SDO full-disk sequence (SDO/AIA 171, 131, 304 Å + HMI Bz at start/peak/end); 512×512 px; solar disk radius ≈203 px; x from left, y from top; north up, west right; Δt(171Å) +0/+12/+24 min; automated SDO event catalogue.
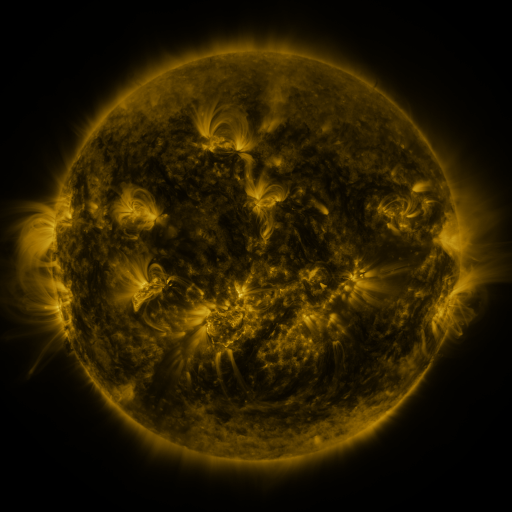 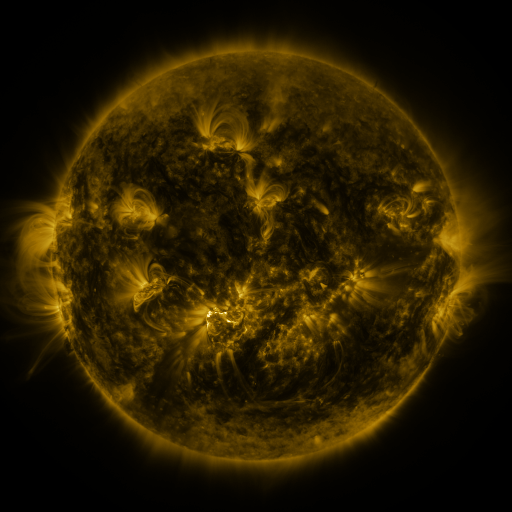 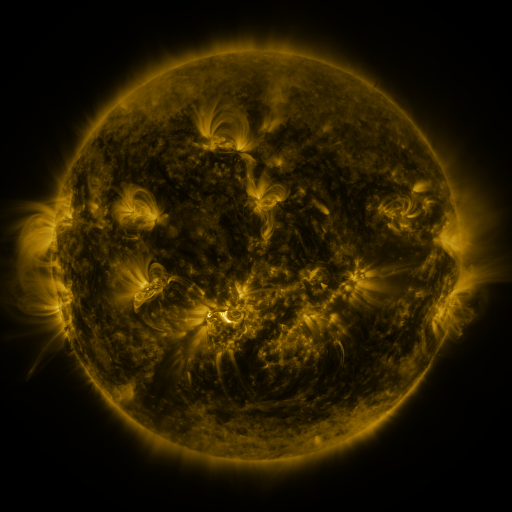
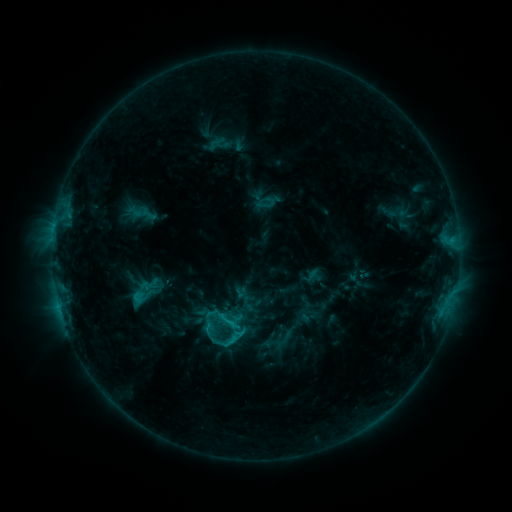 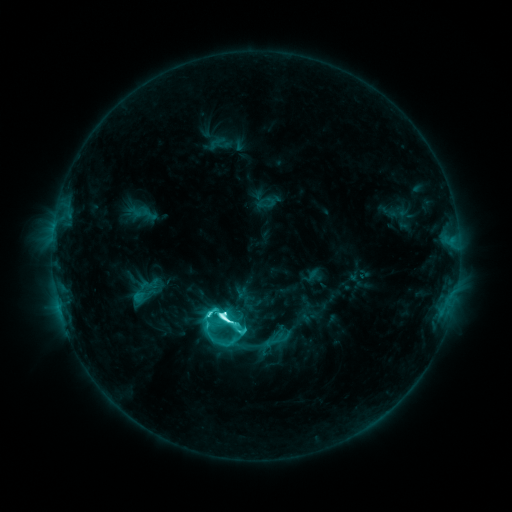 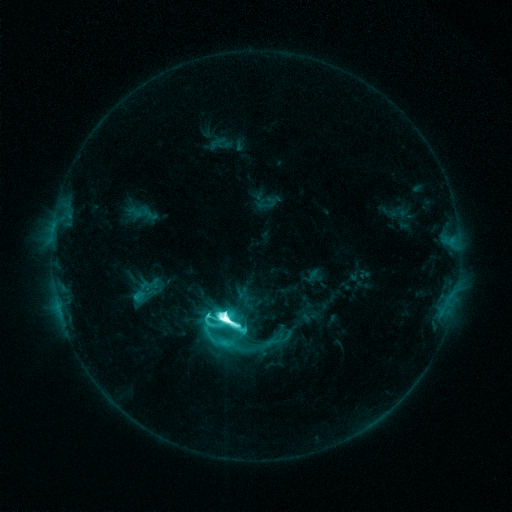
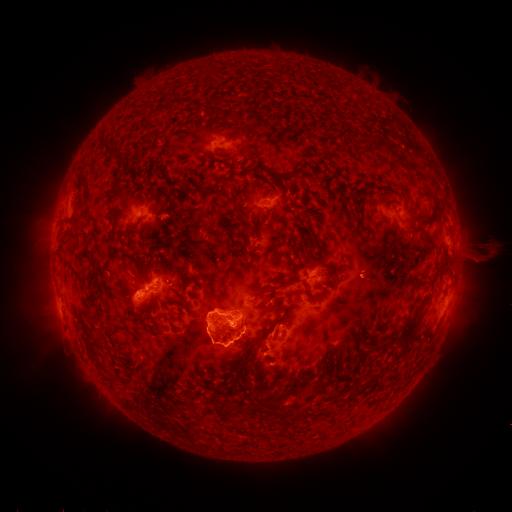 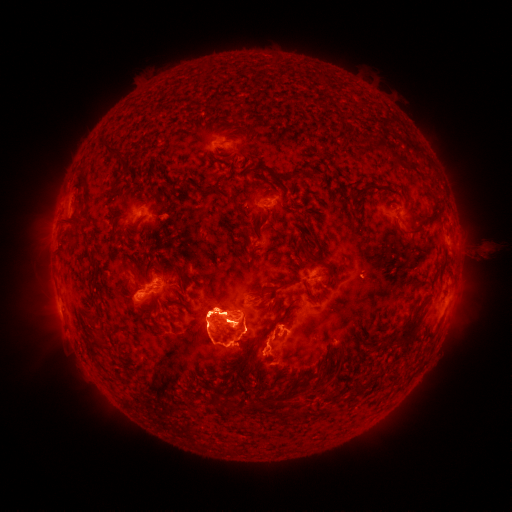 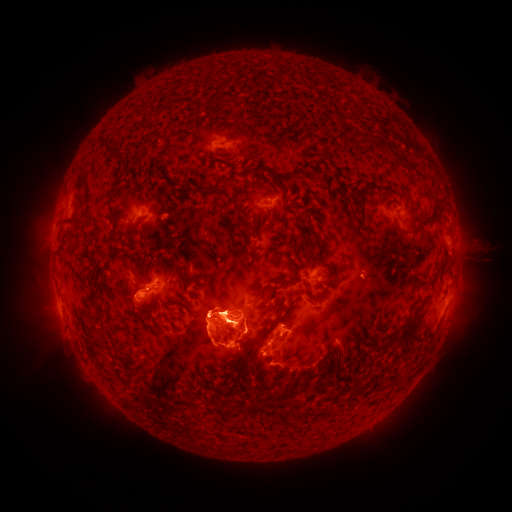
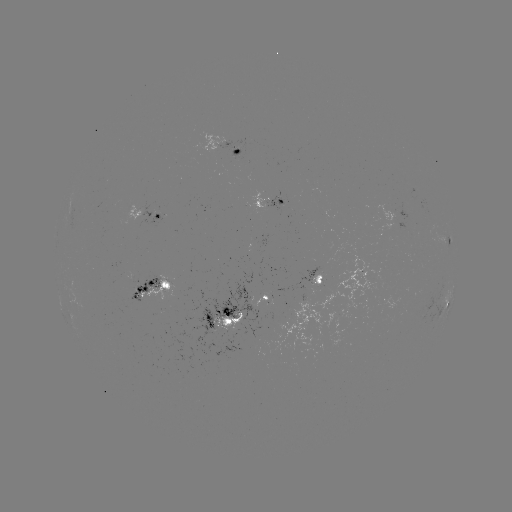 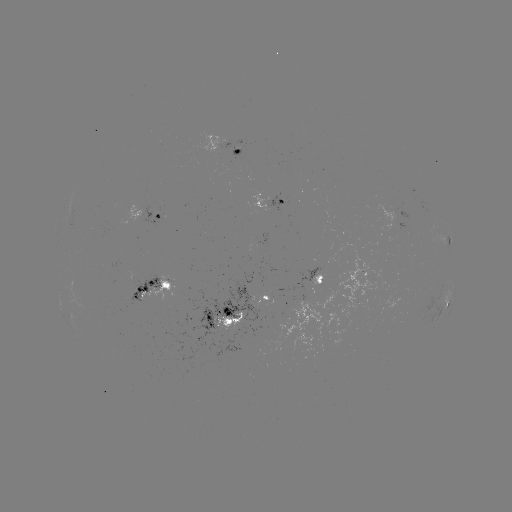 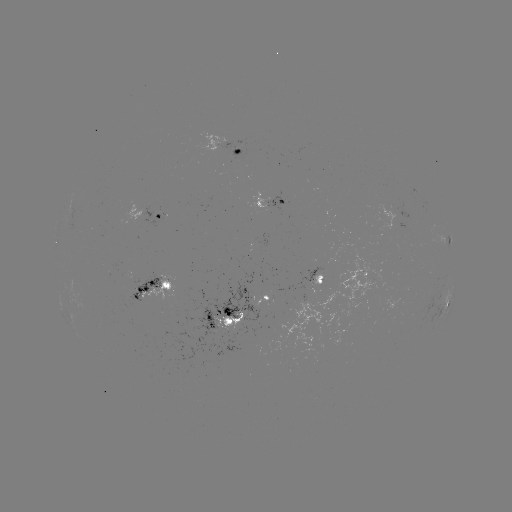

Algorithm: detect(eruption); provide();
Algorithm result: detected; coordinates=[315, 398]